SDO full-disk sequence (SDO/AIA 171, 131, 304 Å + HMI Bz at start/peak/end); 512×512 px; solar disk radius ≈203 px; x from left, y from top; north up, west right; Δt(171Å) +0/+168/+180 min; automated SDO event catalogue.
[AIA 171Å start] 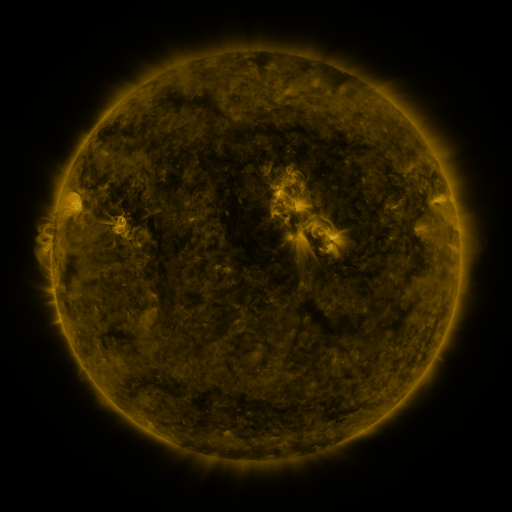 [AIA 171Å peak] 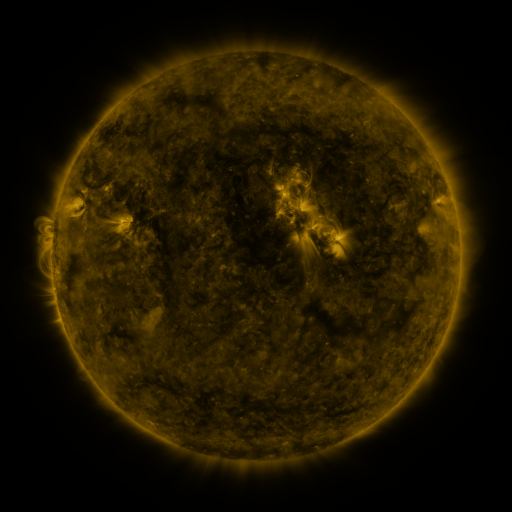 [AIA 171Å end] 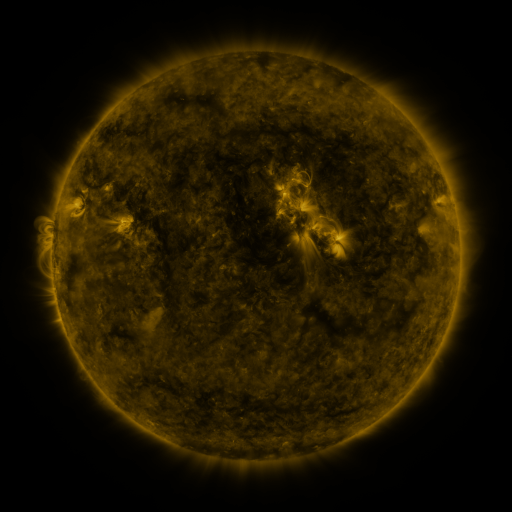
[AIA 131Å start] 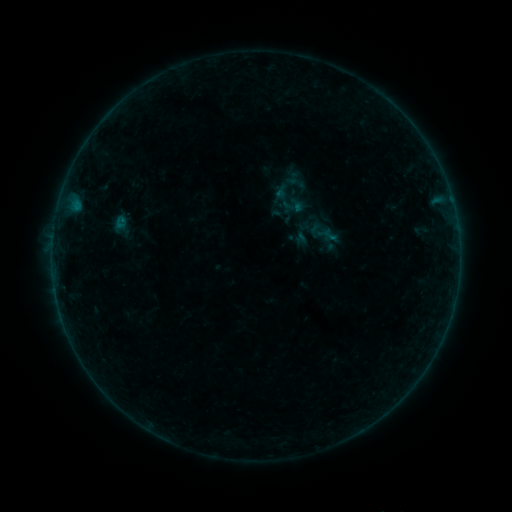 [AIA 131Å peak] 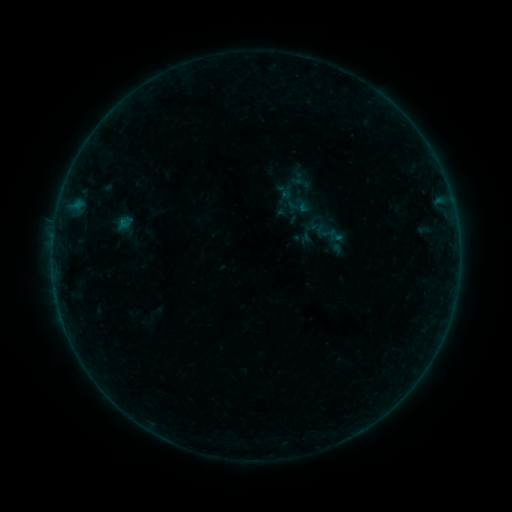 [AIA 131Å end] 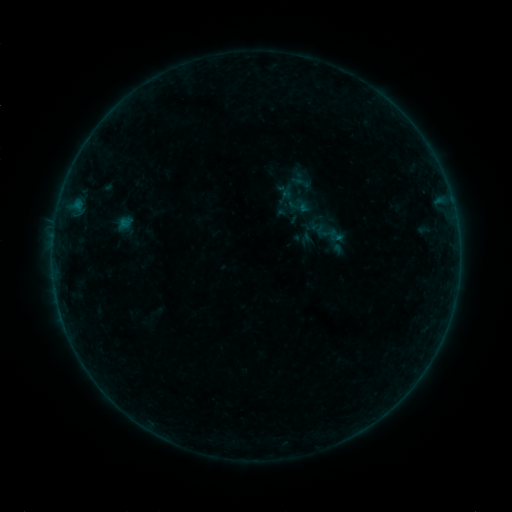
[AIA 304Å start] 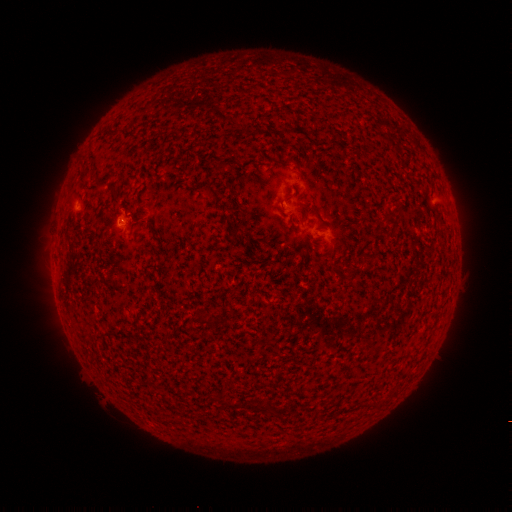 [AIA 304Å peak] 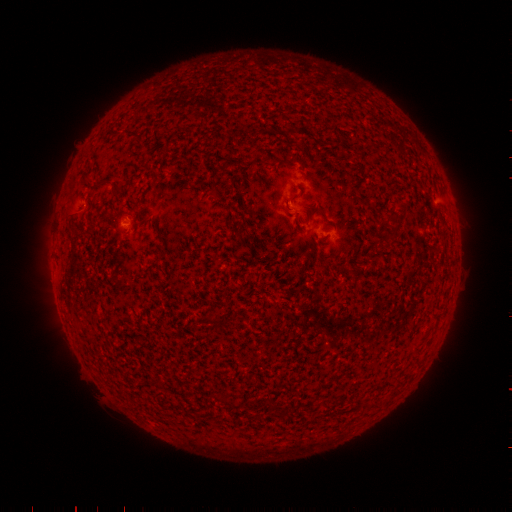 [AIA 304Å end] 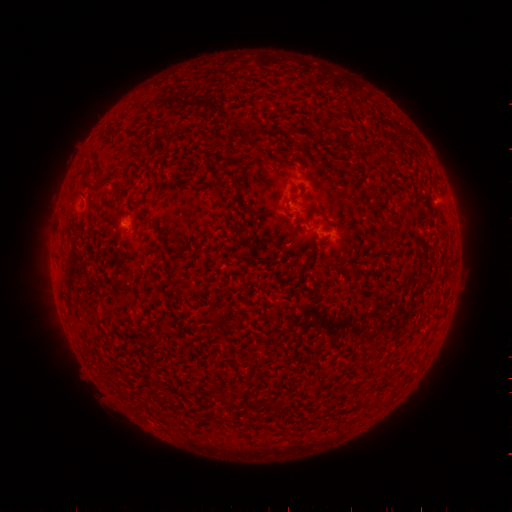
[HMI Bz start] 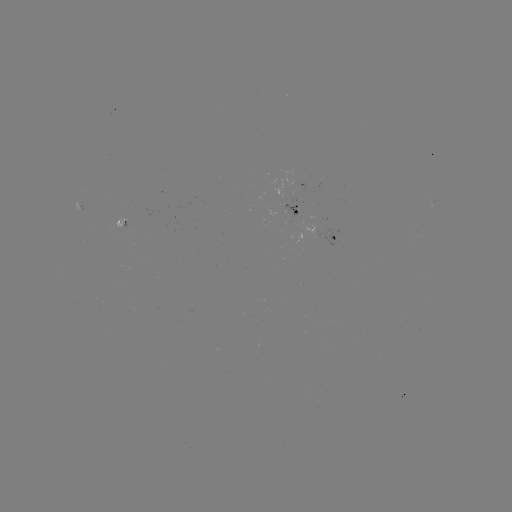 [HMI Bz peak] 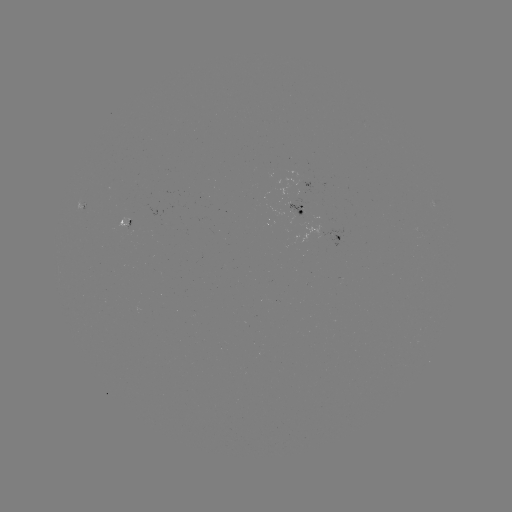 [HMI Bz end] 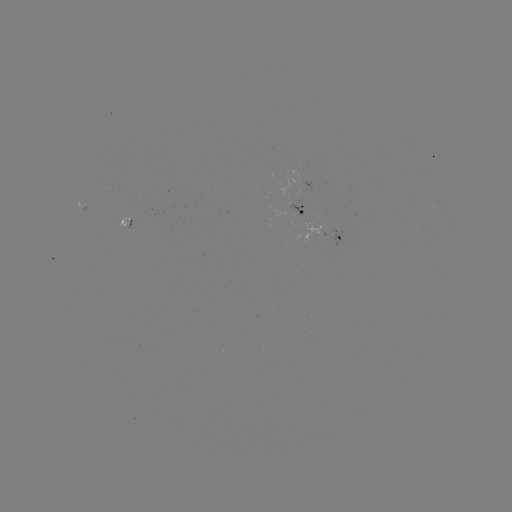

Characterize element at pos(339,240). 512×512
emerging-flux region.